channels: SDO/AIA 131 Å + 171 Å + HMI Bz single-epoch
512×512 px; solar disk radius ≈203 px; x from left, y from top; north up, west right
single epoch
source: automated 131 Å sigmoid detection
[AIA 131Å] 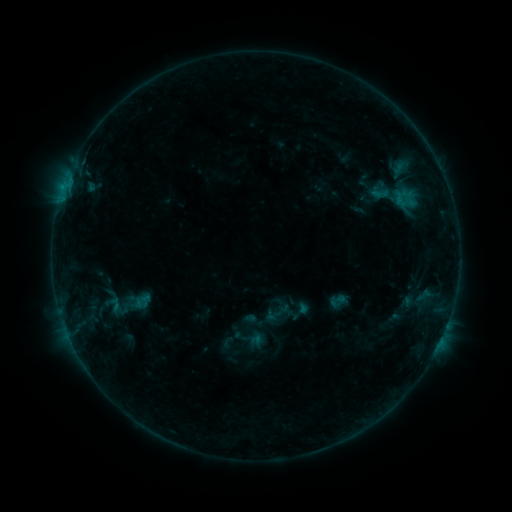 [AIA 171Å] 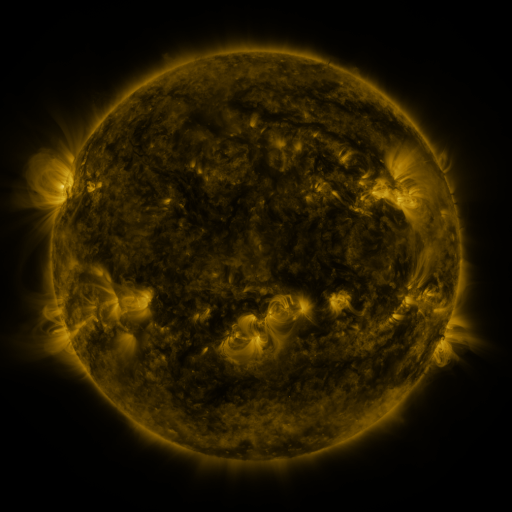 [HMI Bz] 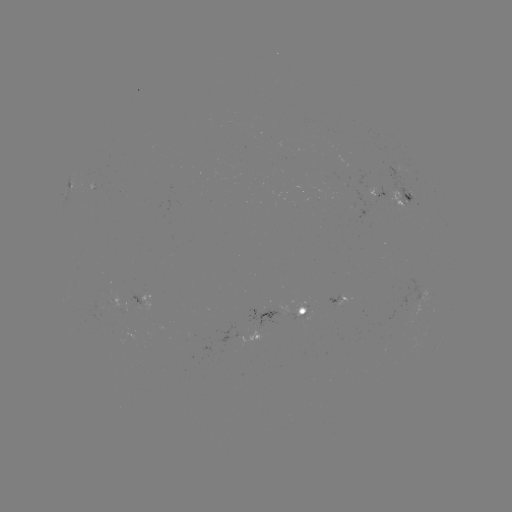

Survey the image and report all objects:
sigmoid: (366, 180, 393, 205)
sigmoid: (288, 299, 312, 324)
